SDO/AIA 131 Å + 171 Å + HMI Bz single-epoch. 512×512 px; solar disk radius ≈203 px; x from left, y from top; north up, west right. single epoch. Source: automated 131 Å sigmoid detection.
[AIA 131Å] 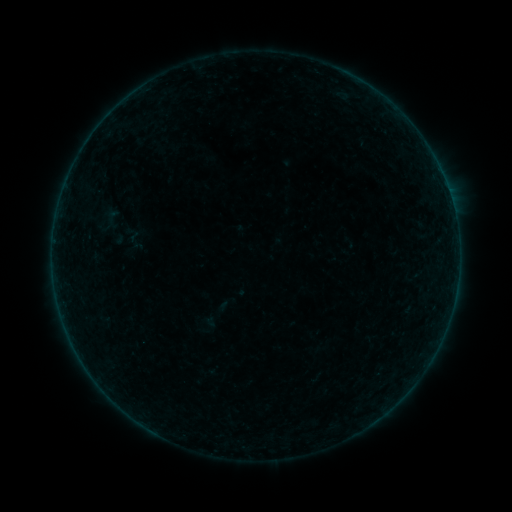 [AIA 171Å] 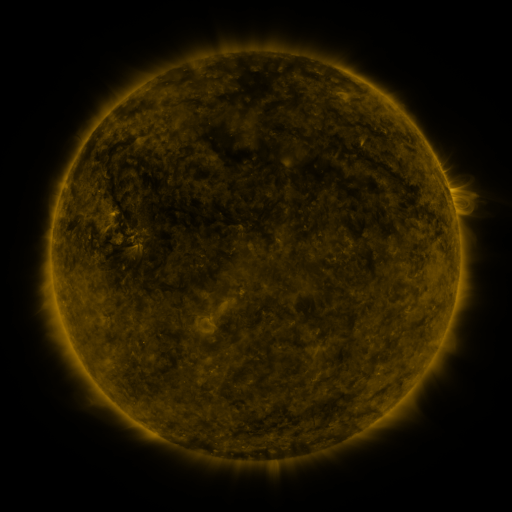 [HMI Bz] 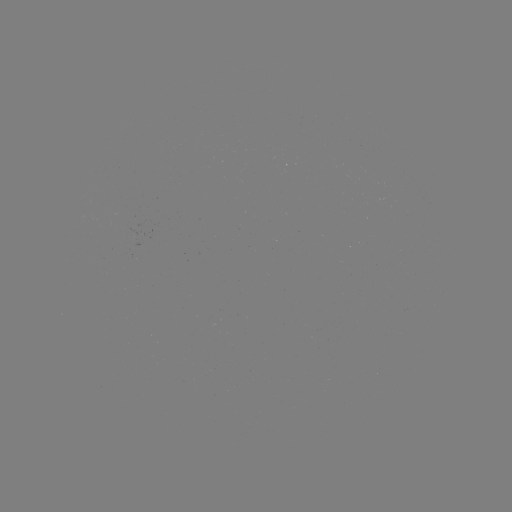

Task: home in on sigmoid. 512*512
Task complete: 134,241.